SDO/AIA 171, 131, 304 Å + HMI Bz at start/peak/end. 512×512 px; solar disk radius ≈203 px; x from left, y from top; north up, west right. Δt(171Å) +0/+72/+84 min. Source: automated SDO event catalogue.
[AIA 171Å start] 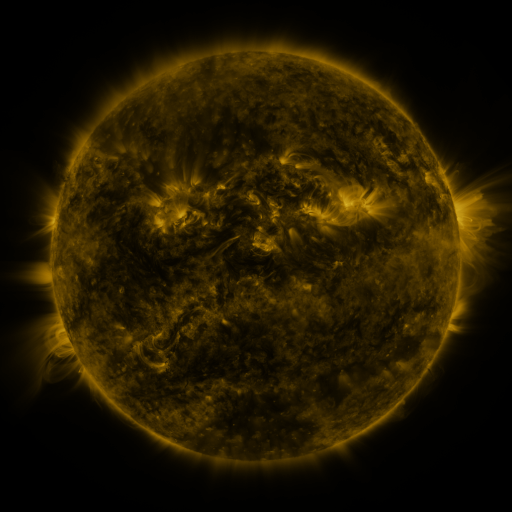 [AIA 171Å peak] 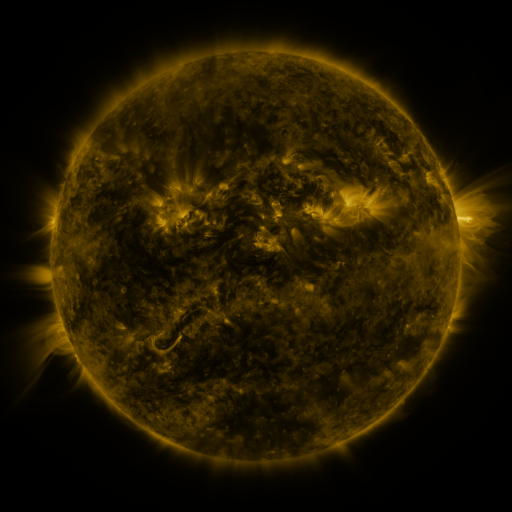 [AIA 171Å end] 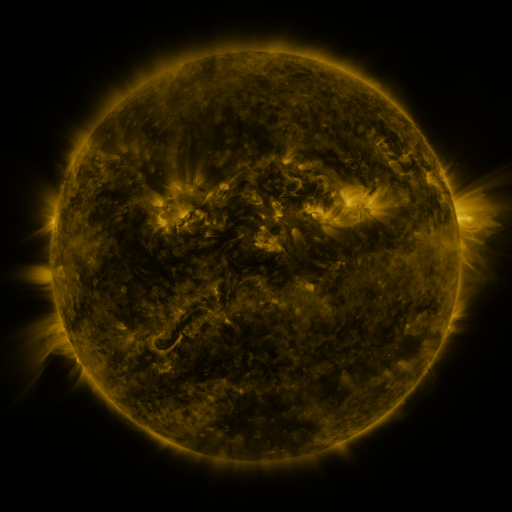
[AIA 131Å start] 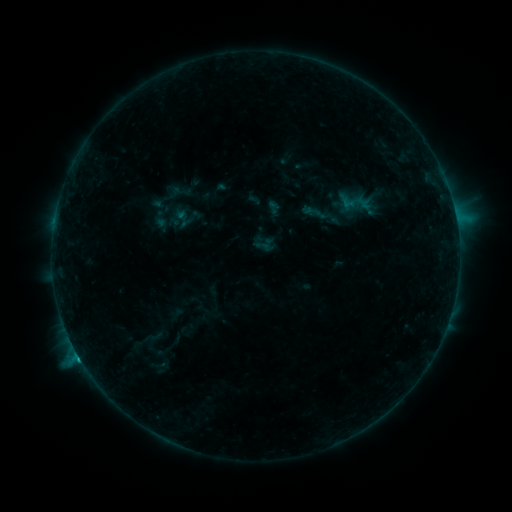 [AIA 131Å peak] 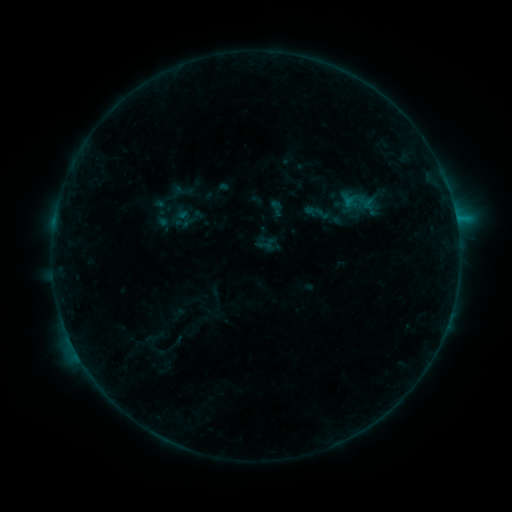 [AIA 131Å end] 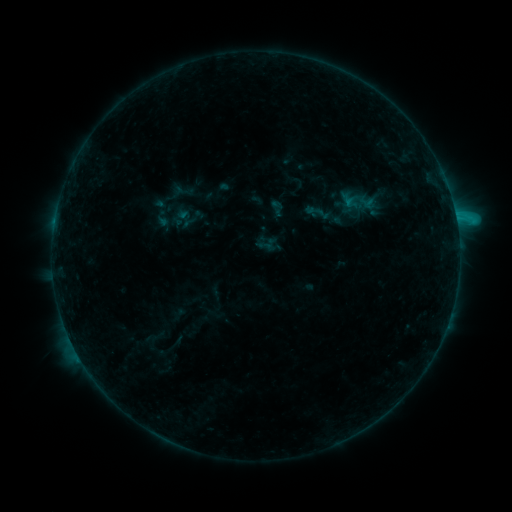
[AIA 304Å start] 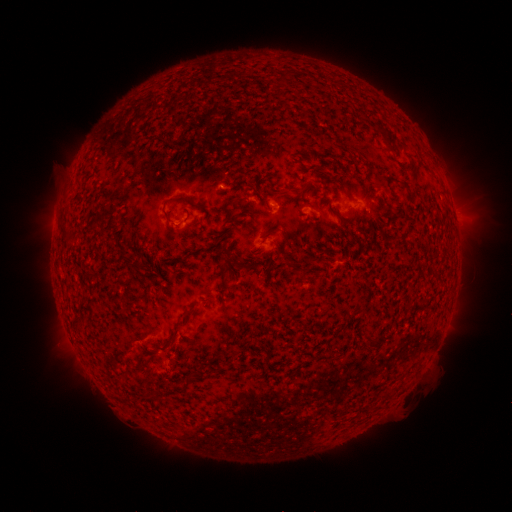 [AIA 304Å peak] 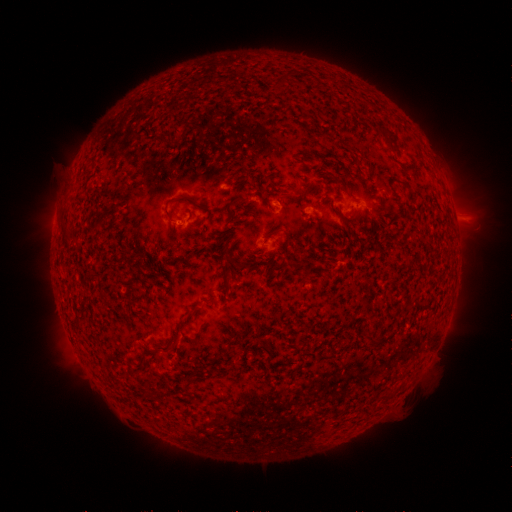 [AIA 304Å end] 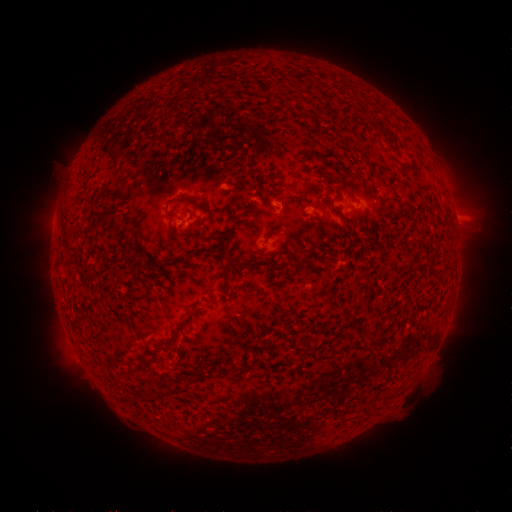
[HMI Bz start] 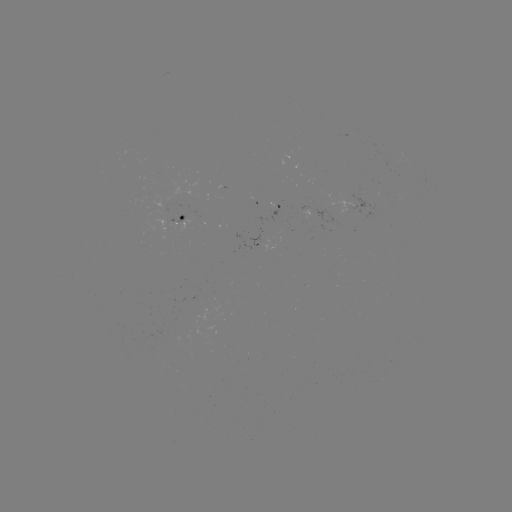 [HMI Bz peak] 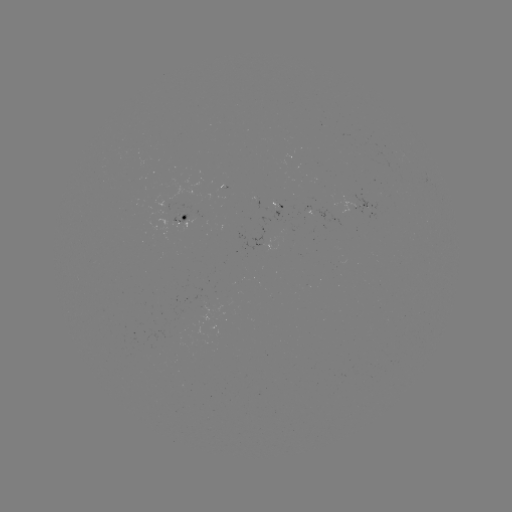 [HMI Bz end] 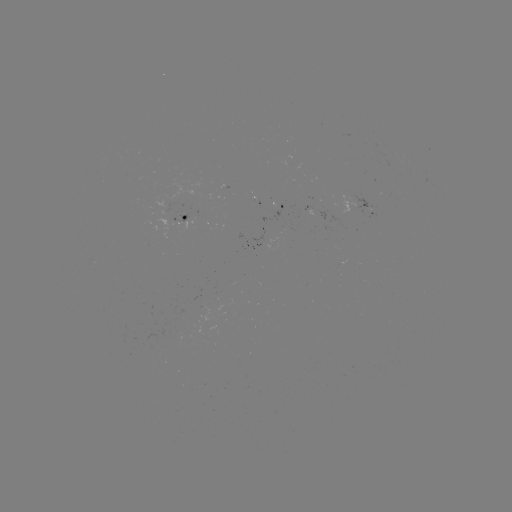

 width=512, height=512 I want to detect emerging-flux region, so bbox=[171, 214, 187, 223].